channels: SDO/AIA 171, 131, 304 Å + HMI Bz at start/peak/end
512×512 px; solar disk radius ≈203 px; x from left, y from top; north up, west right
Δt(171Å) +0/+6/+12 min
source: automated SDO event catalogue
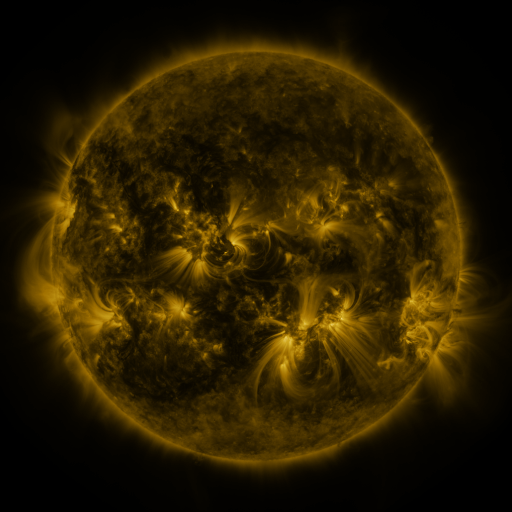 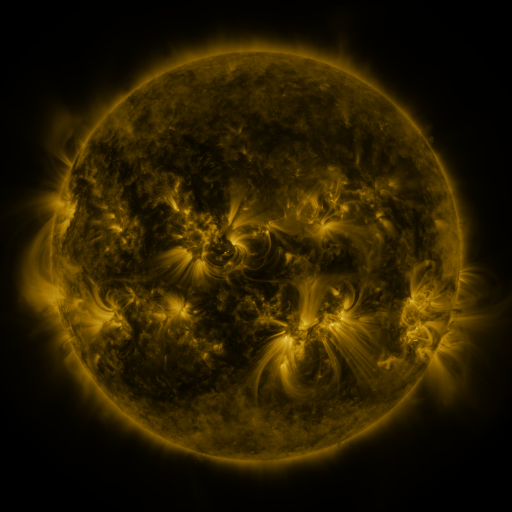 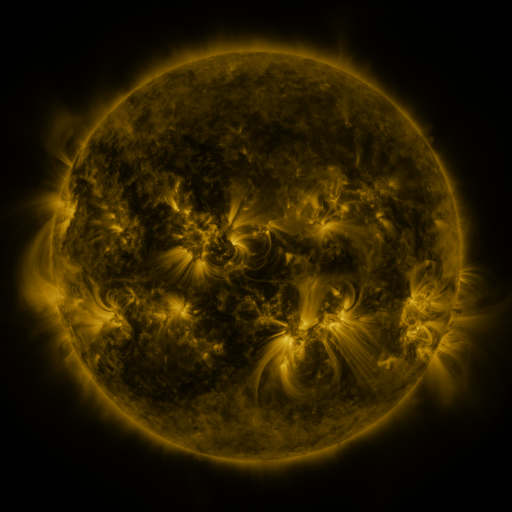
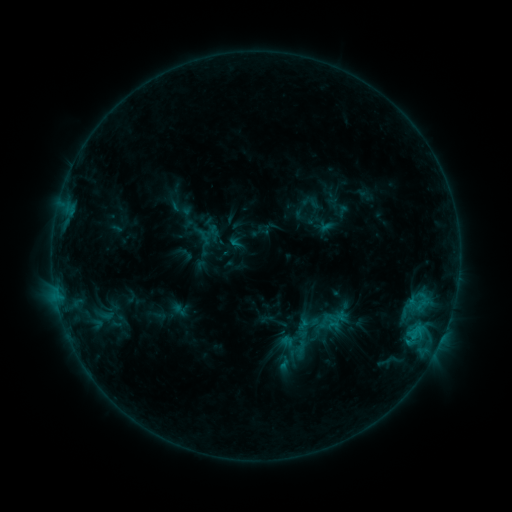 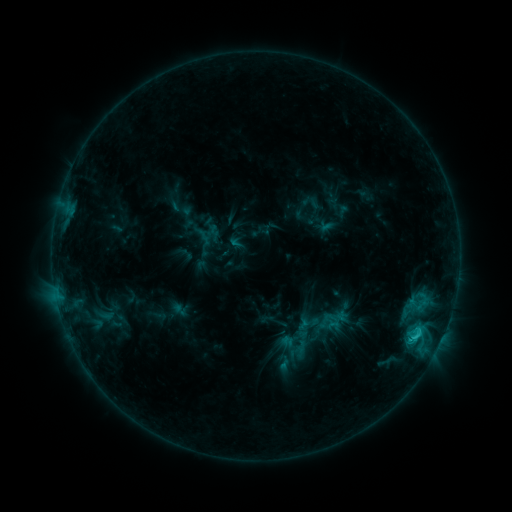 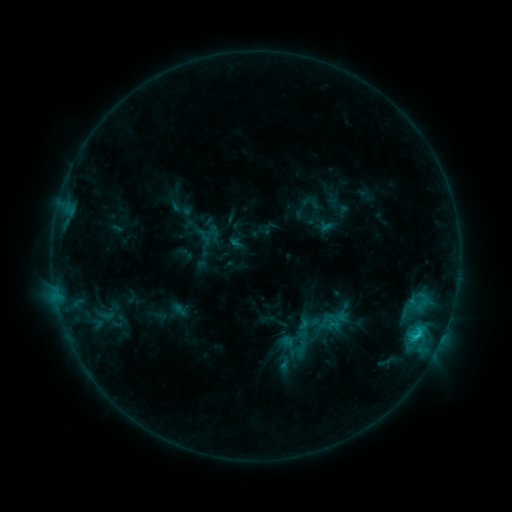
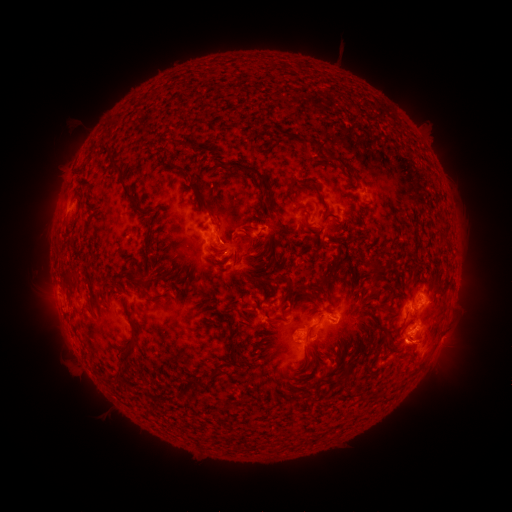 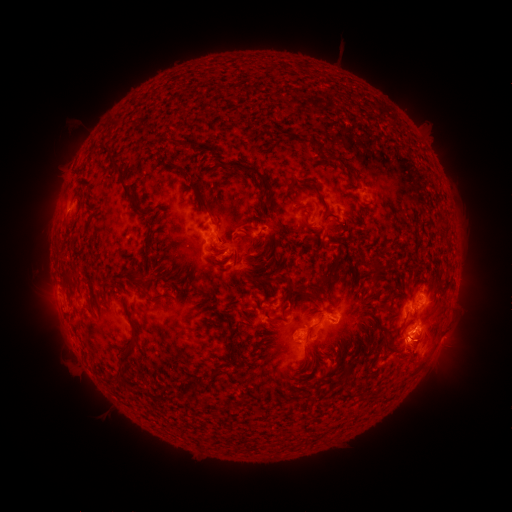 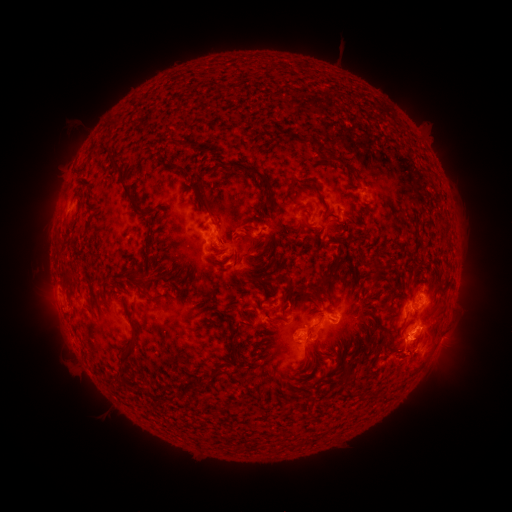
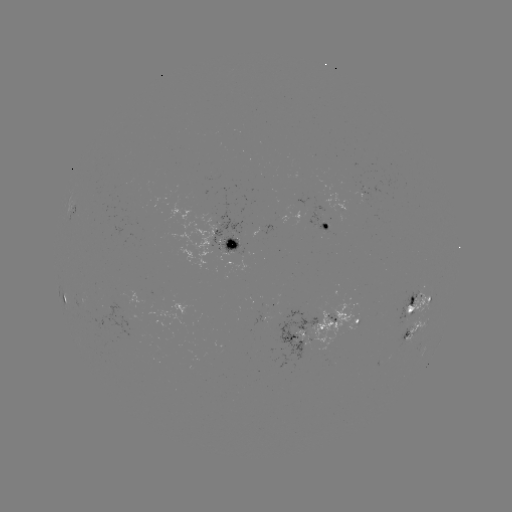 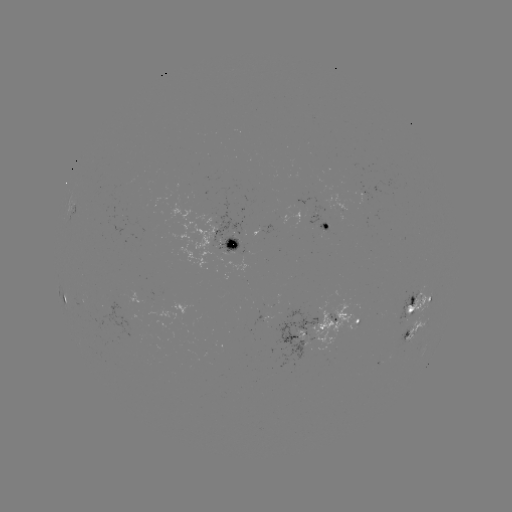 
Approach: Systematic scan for eruption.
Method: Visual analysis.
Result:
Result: eruption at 414,349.